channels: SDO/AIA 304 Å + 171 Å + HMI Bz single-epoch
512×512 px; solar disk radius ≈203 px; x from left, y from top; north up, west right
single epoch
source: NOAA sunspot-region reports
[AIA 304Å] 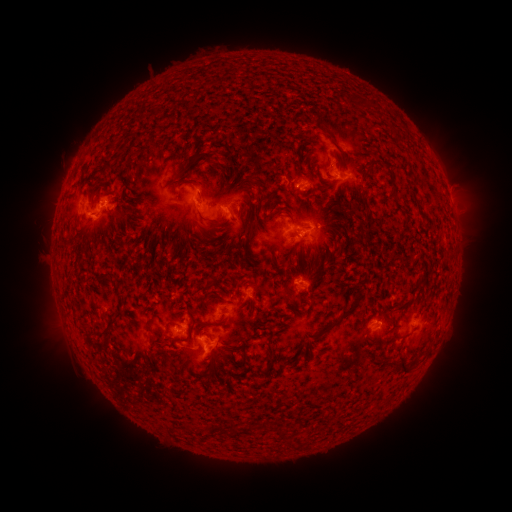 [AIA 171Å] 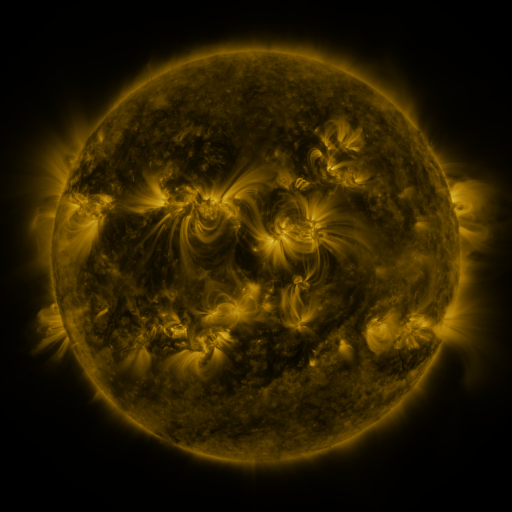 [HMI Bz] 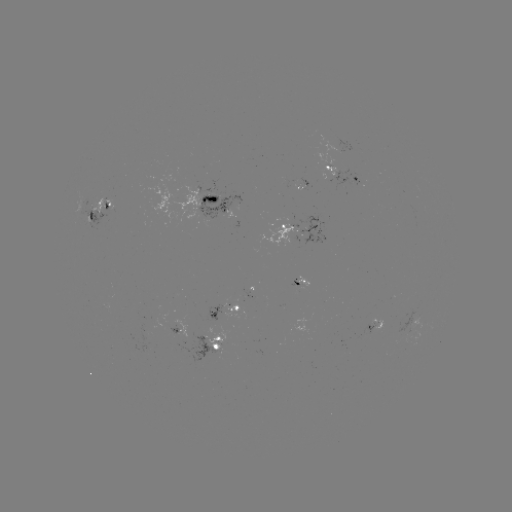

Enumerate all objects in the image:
spotted active region: (345, 175)
spotted active region: (214, 201)
spotted active region: (100, 211)
spotted active region: (298, 229)
spotted active region: (301, 286)
spotted active region: (225, 310)
spotted active region: (182, 327)
spotted active region: (376, 329)
spotted active region: (212, 340)
